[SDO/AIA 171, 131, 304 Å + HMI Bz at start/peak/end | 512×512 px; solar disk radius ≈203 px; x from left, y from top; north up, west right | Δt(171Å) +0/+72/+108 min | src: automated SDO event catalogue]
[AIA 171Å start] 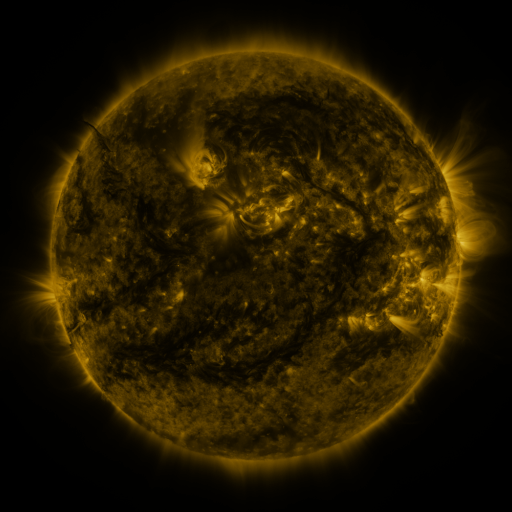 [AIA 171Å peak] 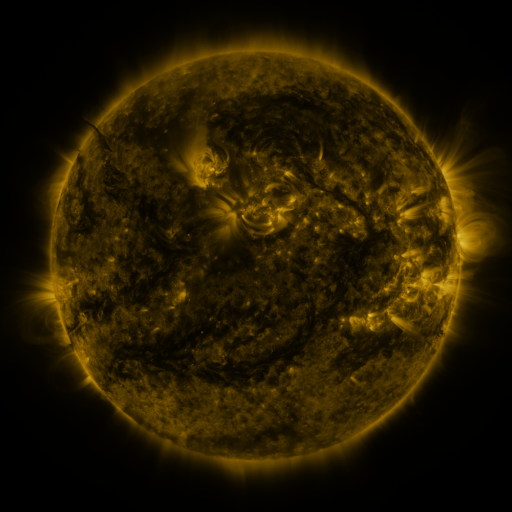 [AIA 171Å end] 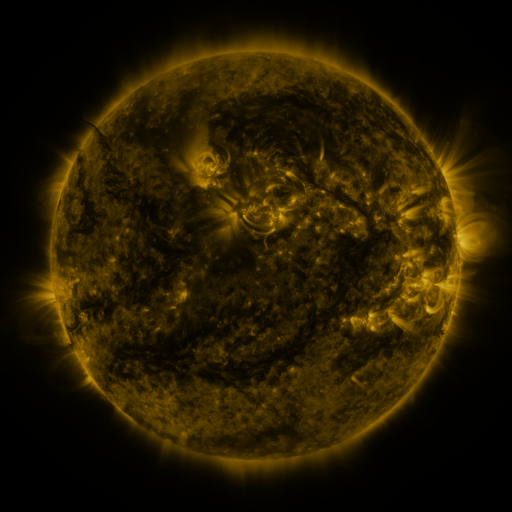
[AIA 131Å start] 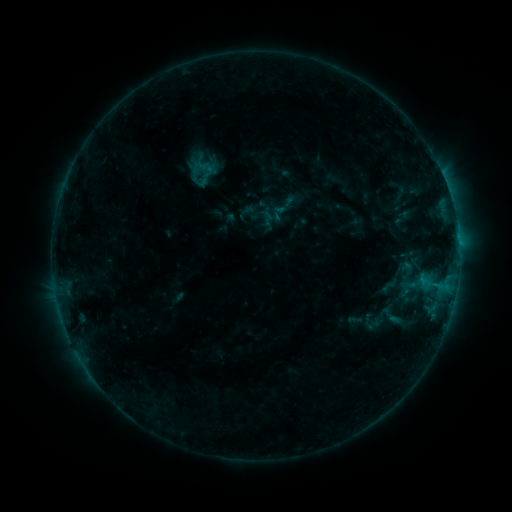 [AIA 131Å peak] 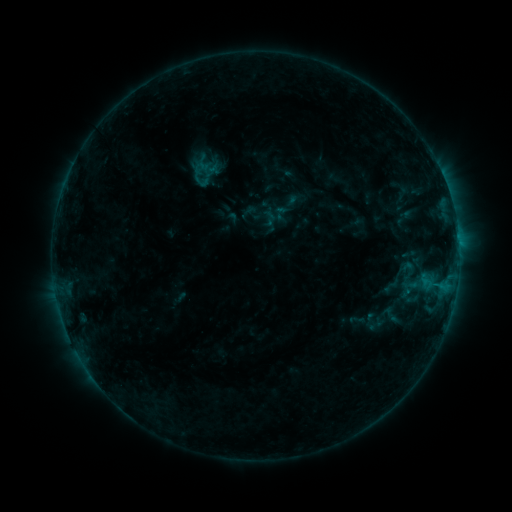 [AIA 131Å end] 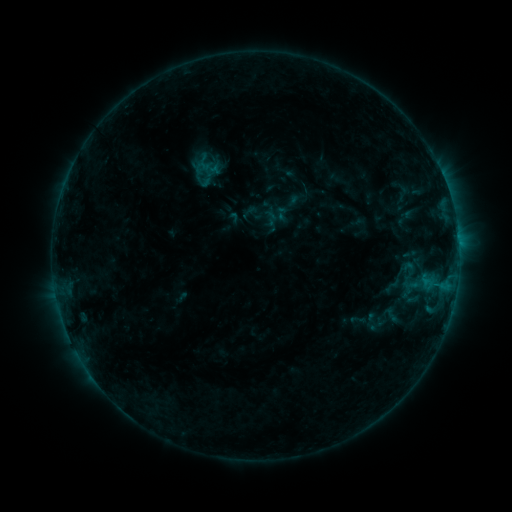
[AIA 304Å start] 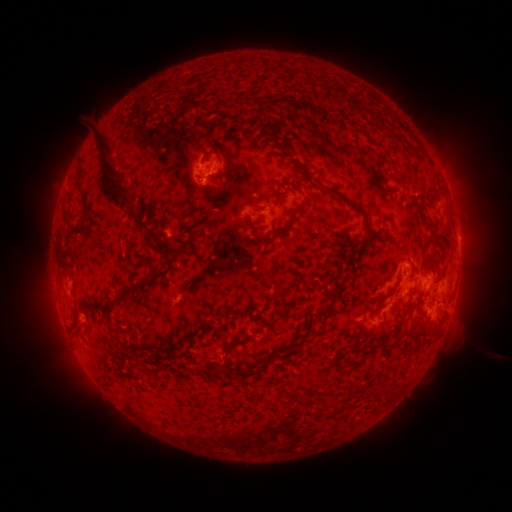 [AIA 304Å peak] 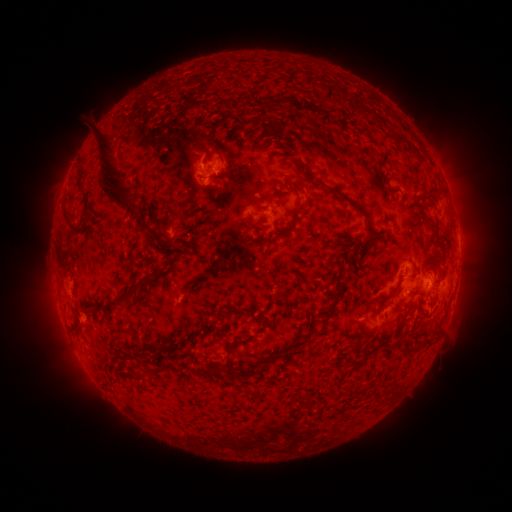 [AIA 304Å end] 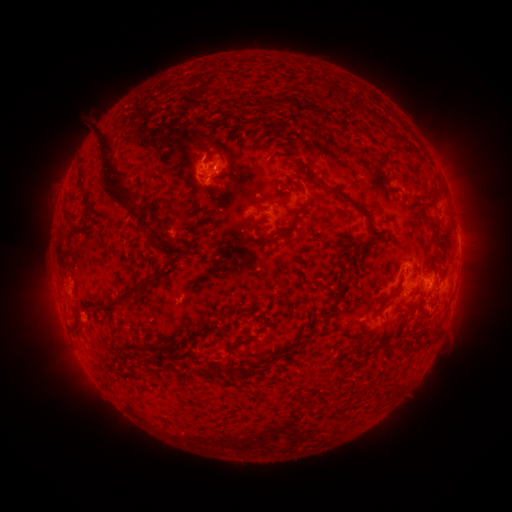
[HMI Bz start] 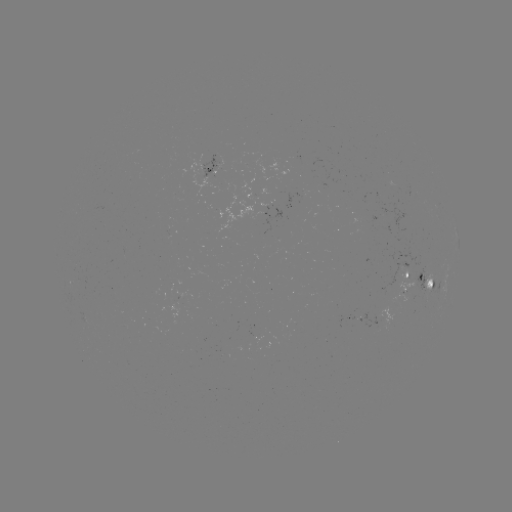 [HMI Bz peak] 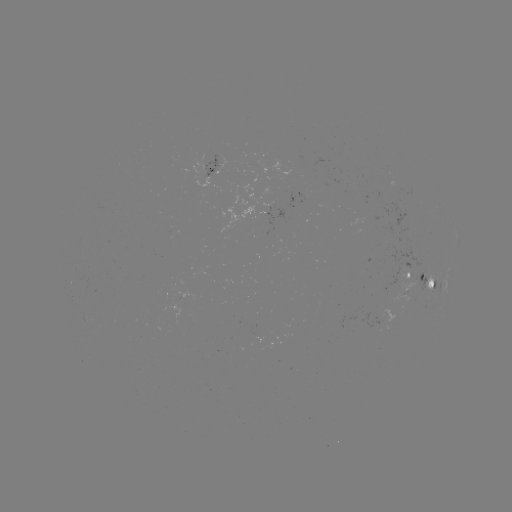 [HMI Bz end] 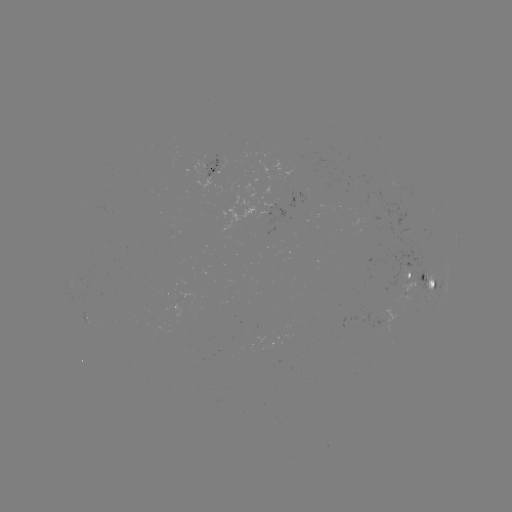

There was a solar emerging-flux region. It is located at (374, 325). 